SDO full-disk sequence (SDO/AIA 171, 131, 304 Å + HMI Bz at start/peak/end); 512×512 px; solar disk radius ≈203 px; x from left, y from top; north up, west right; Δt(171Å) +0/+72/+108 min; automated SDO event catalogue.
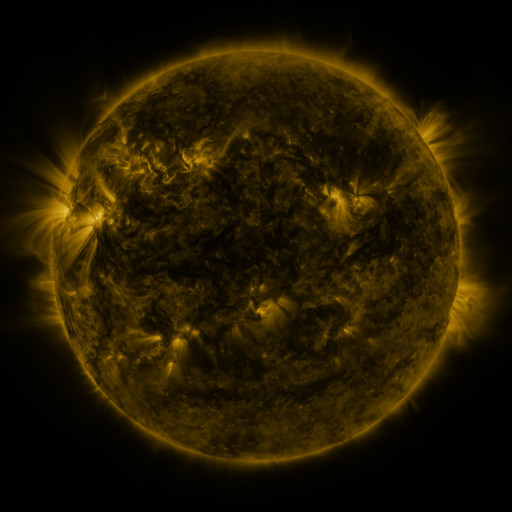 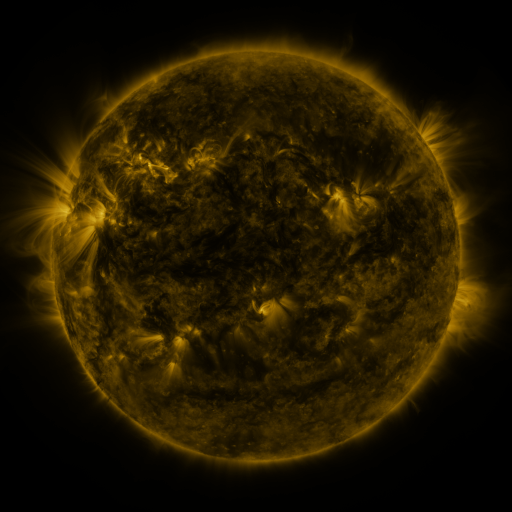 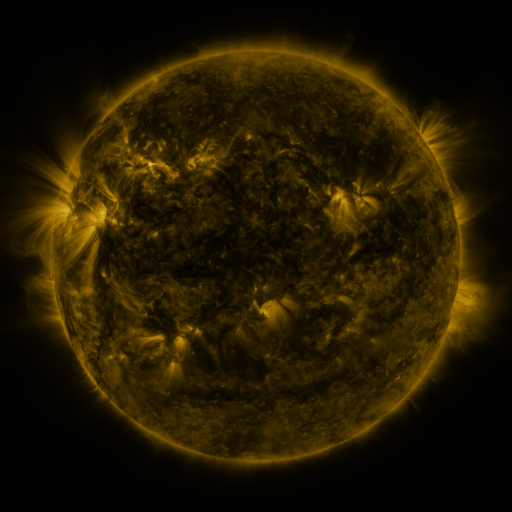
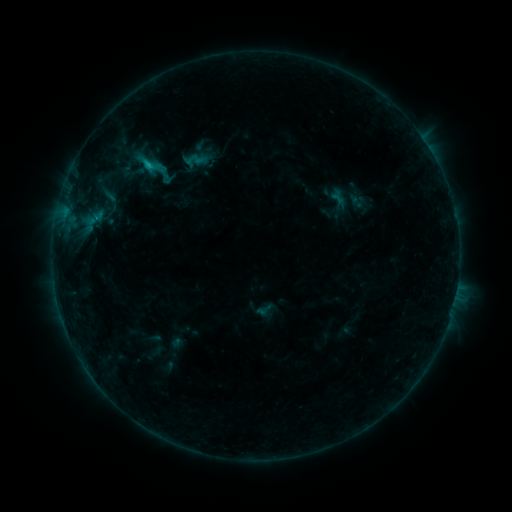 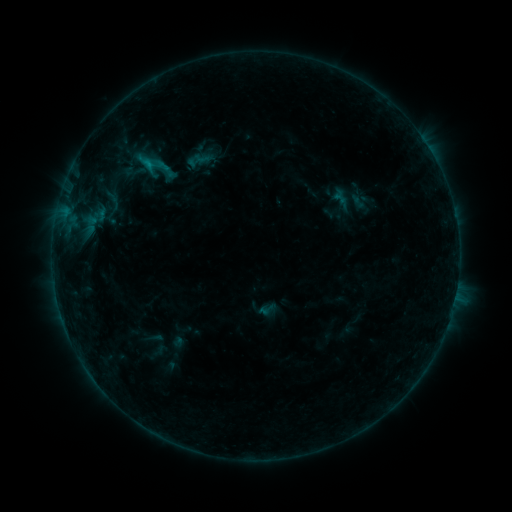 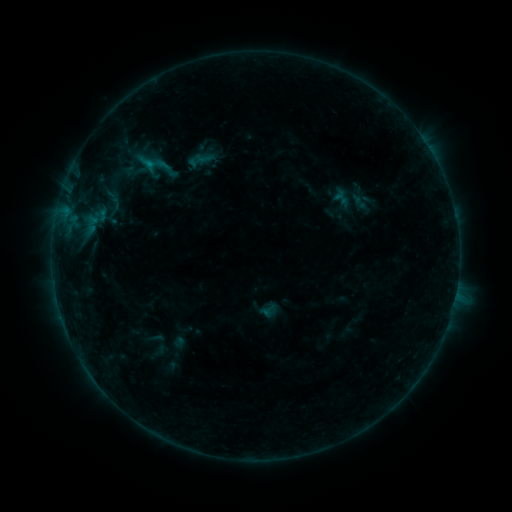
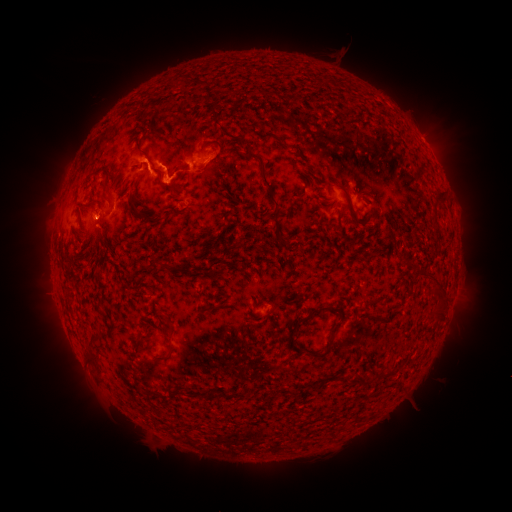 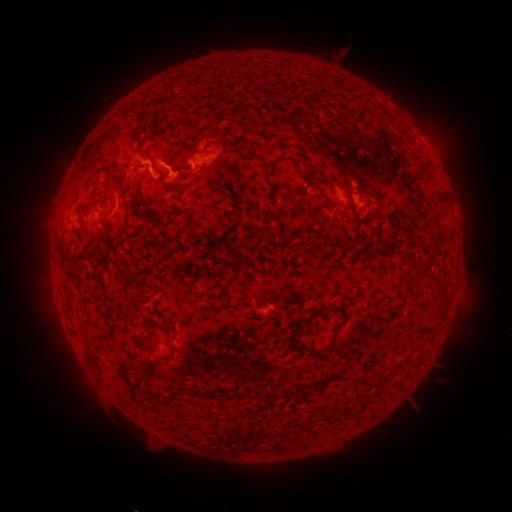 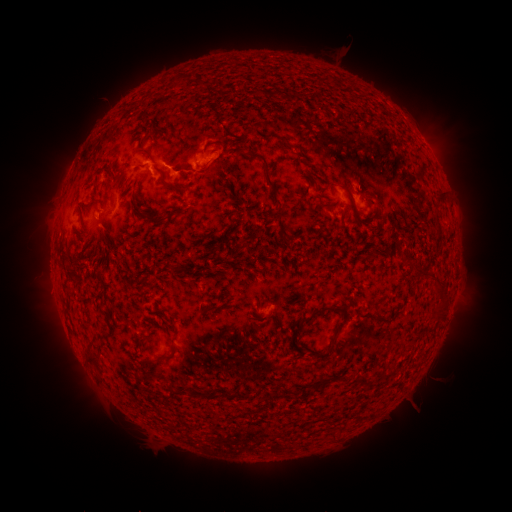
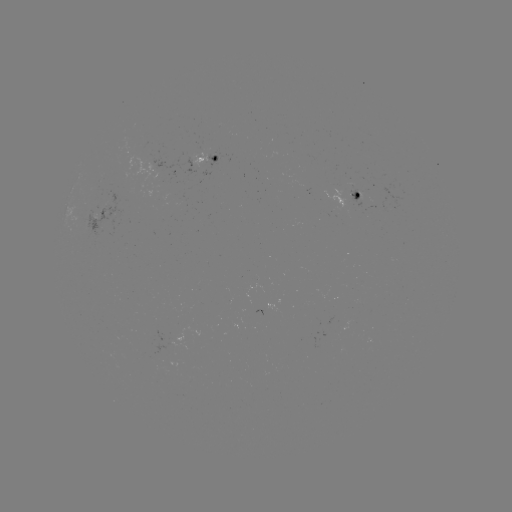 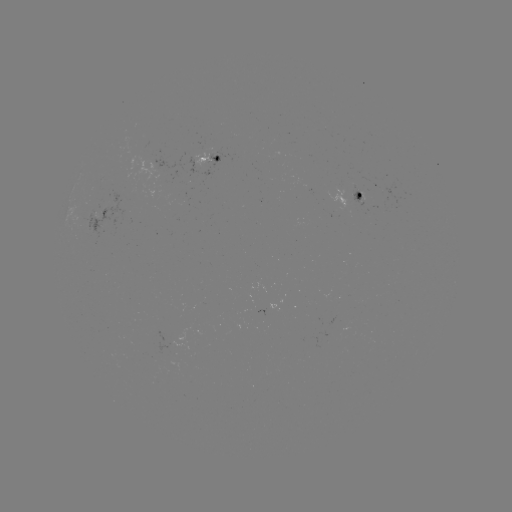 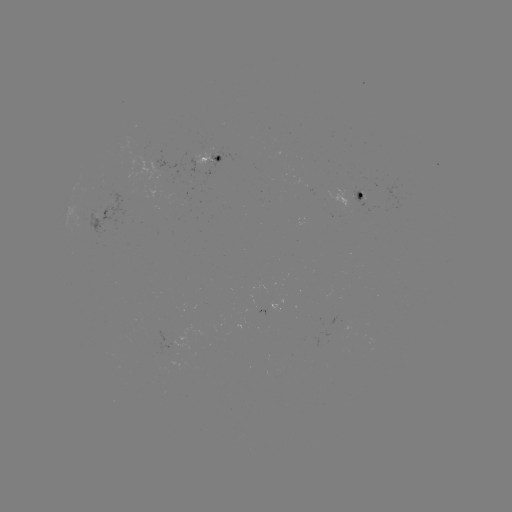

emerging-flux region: [193, 154, 210, 170]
